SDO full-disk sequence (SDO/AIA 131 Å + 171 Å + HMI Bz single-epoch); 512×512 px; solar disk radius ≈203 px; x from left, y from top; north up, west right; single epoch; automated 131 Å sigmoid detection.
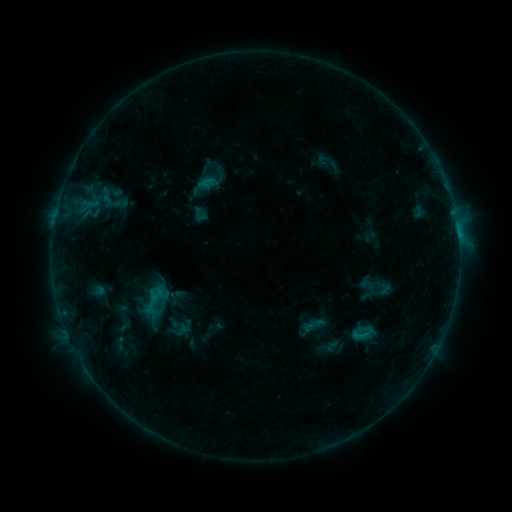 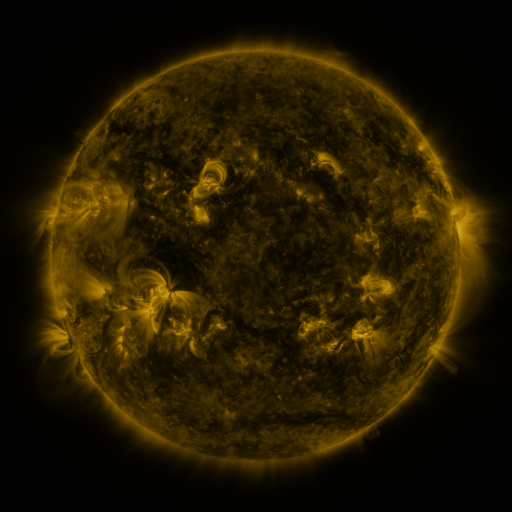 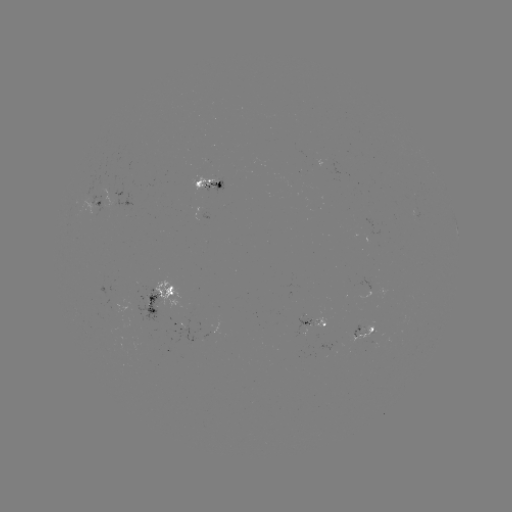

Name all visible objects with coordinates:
sigmoid: [307, 315, 325, 335]
